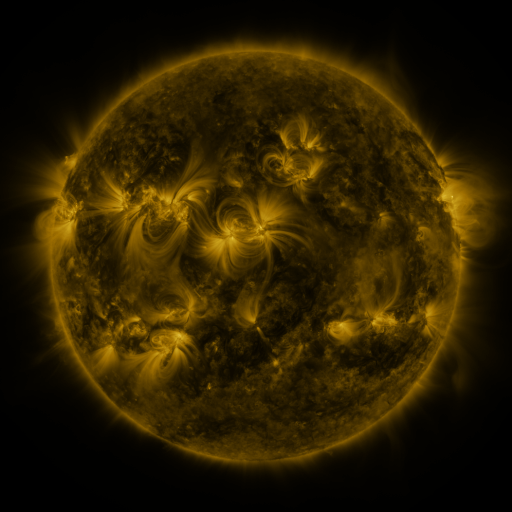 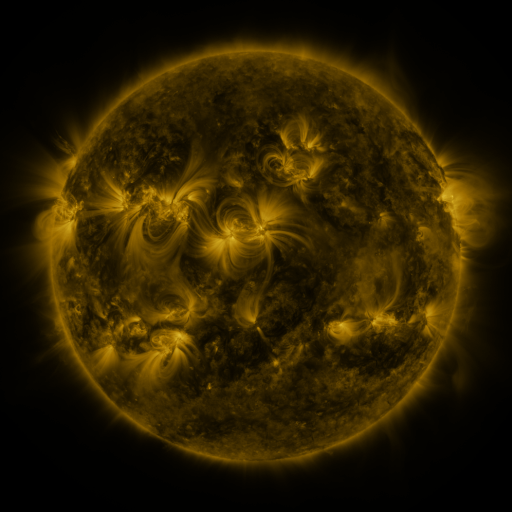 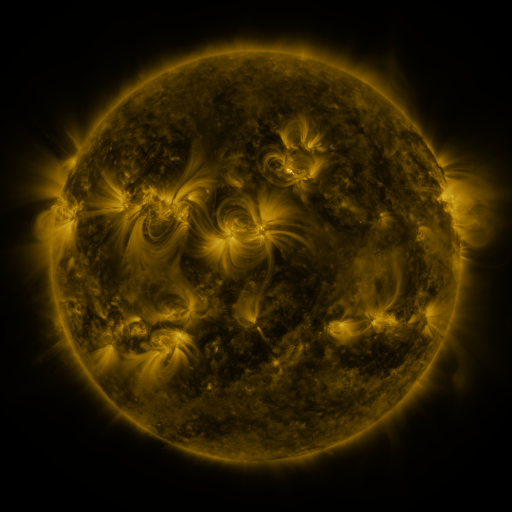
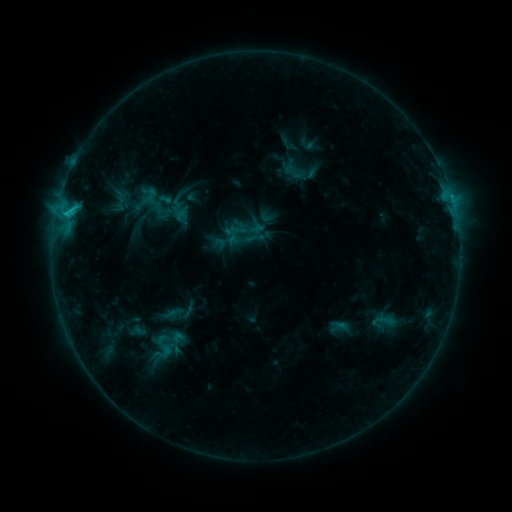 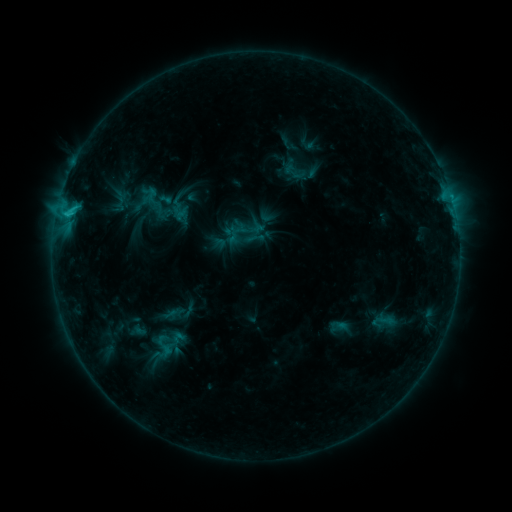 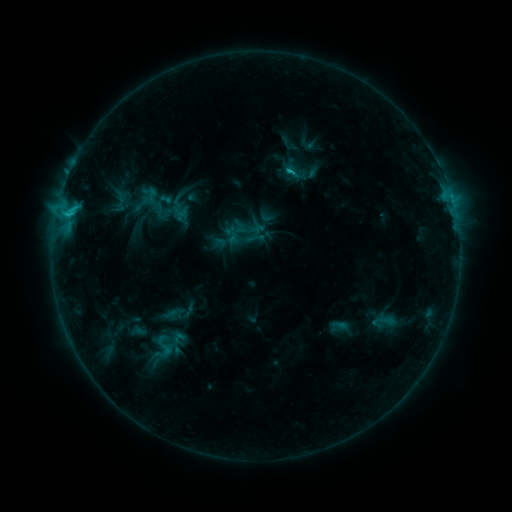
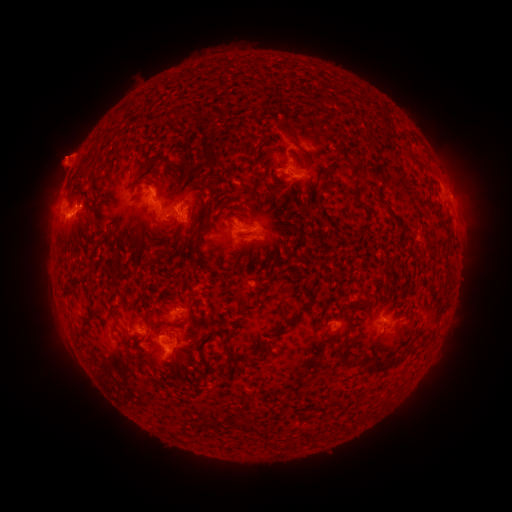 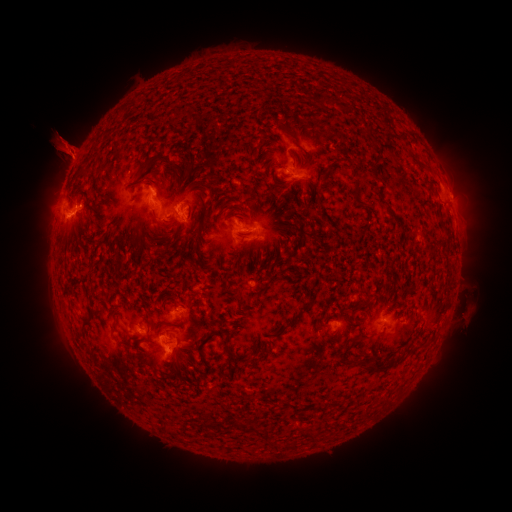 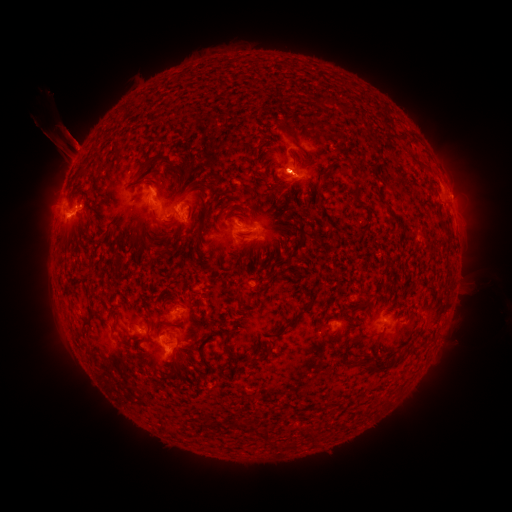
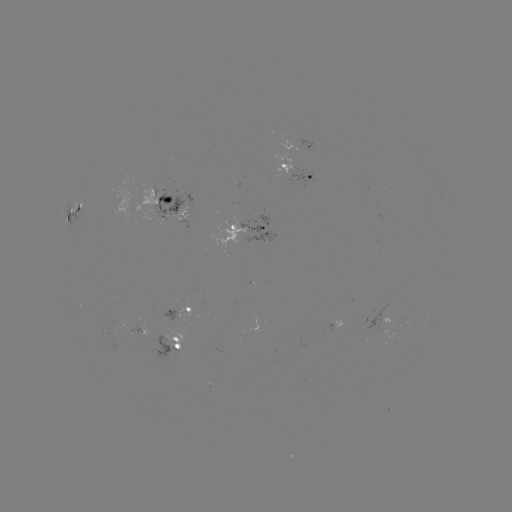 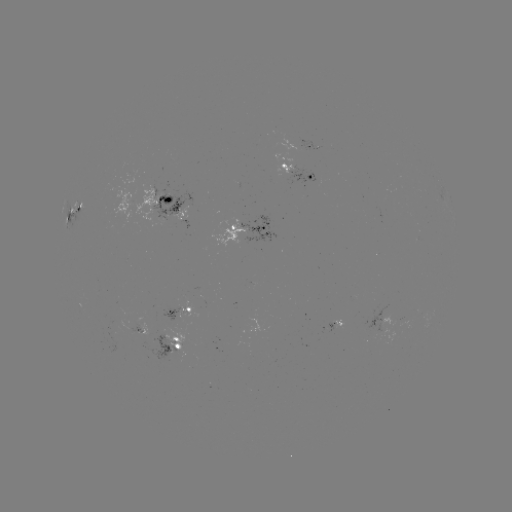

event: eruption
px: (115, 149)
